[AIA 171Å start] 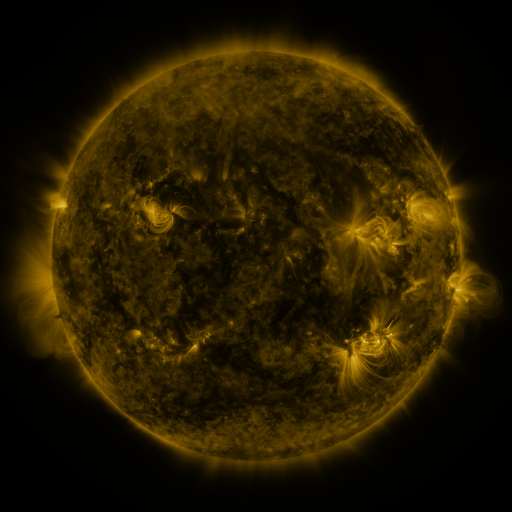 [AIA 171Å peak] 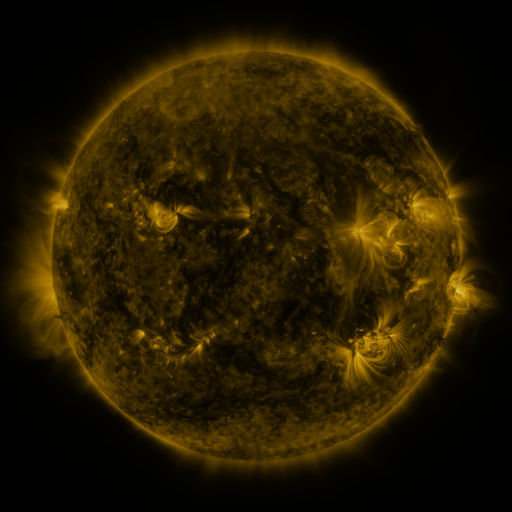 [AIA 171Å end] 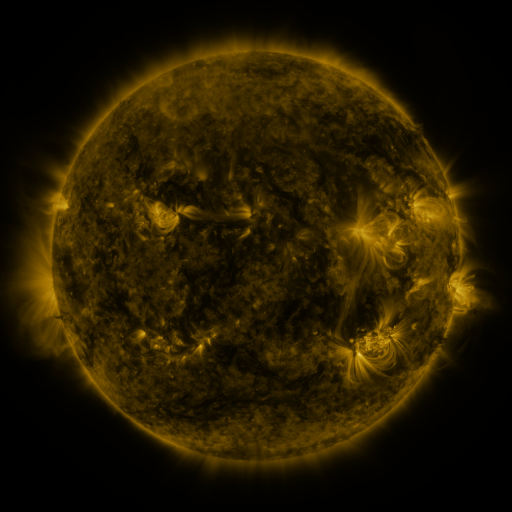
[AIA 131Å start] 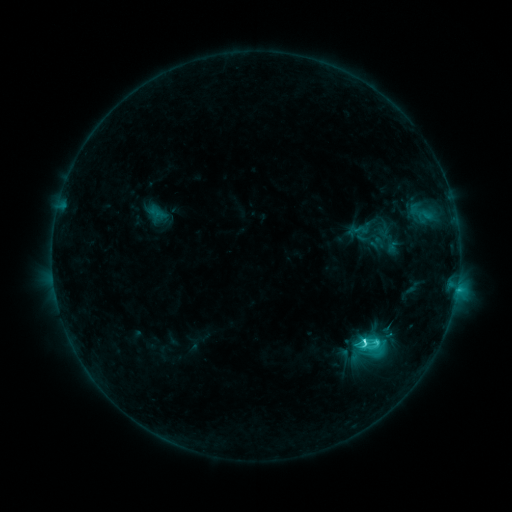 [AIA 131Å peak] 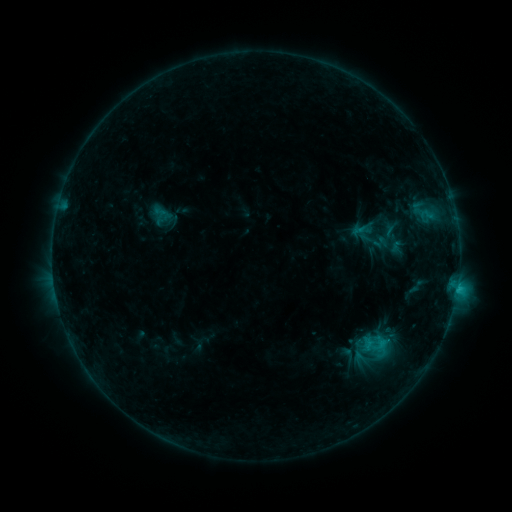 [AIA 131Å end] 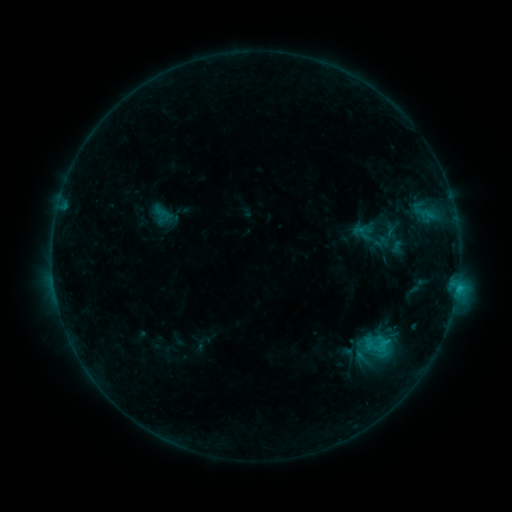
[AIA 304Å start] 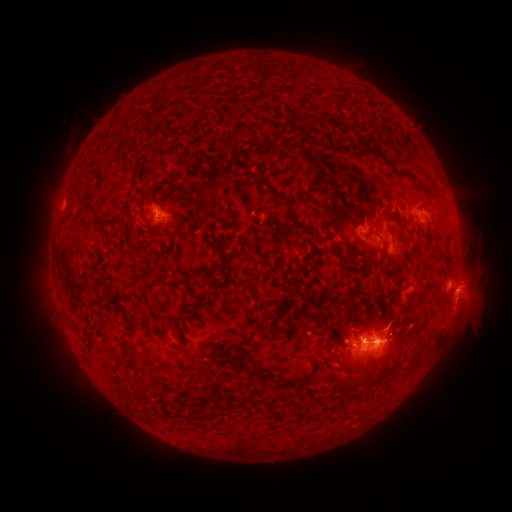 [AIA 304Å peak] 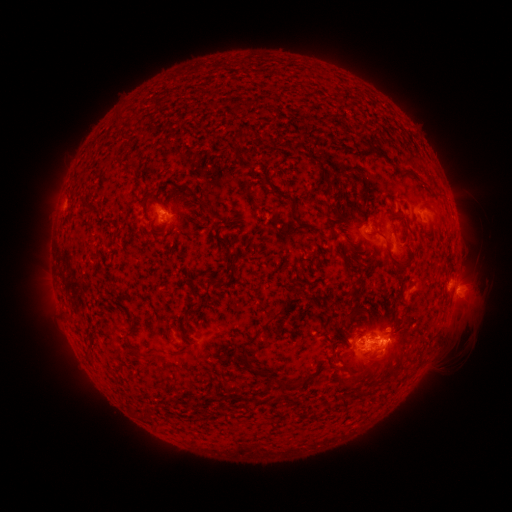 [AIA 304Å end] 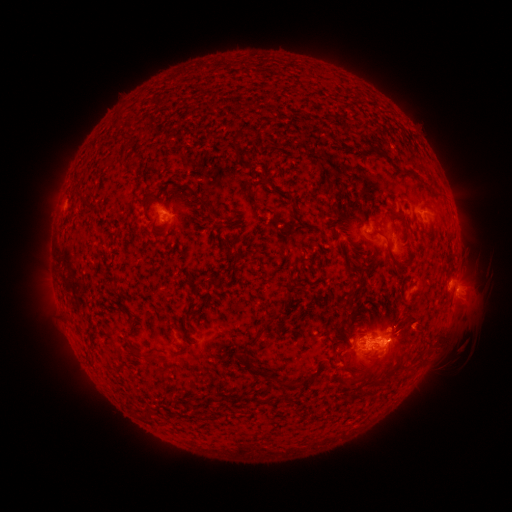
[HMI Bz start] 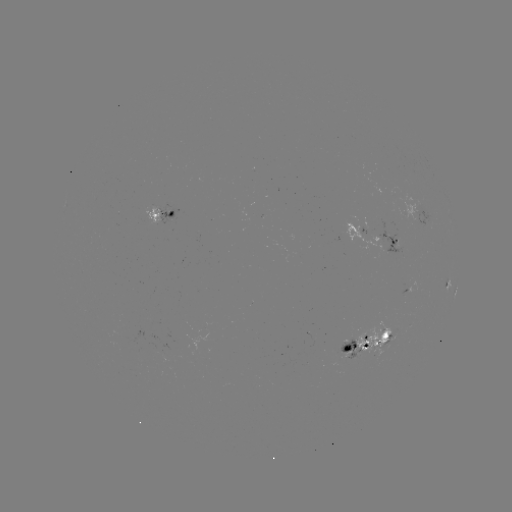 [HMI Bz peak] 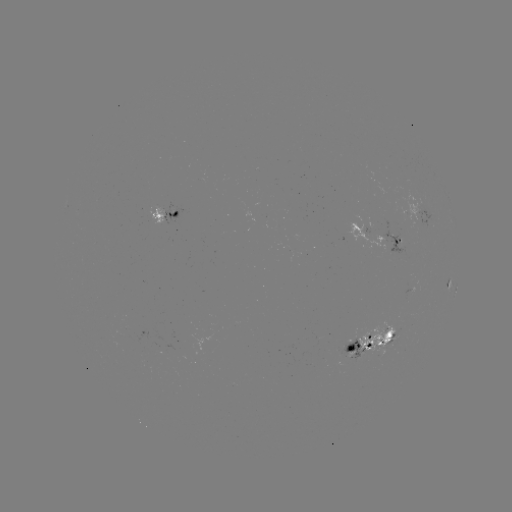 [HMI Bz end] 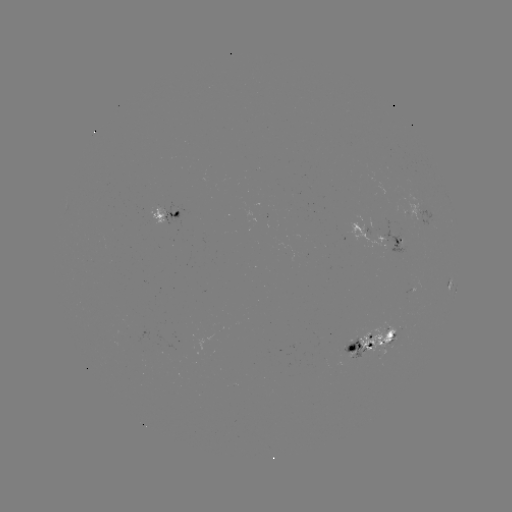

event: emerging-flux region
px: (383, 334)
